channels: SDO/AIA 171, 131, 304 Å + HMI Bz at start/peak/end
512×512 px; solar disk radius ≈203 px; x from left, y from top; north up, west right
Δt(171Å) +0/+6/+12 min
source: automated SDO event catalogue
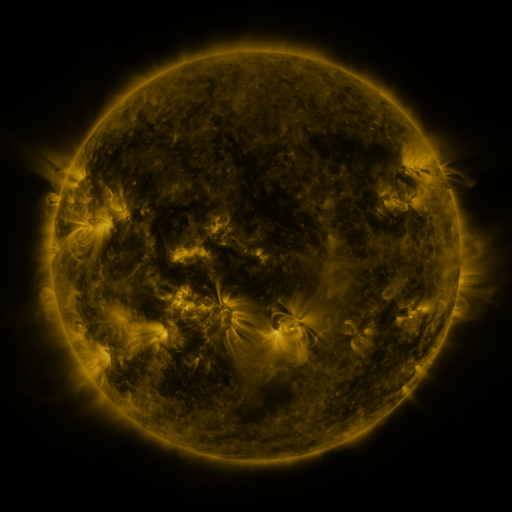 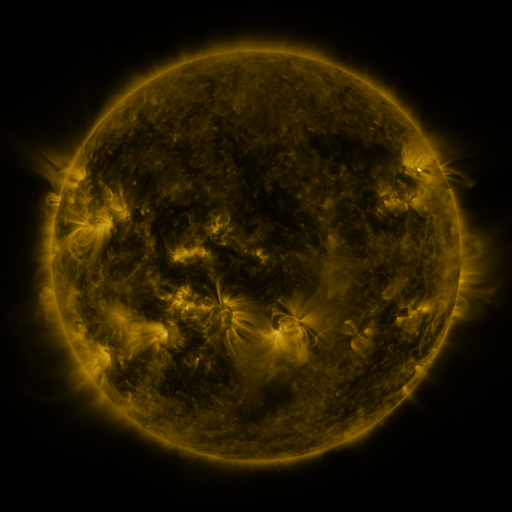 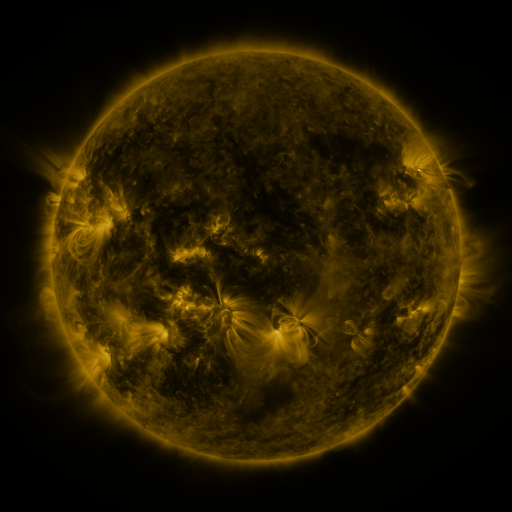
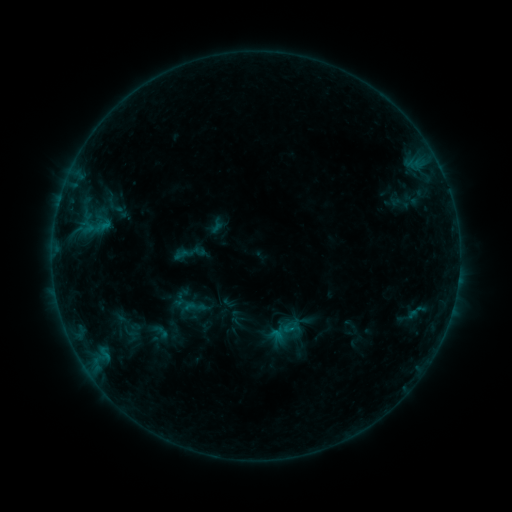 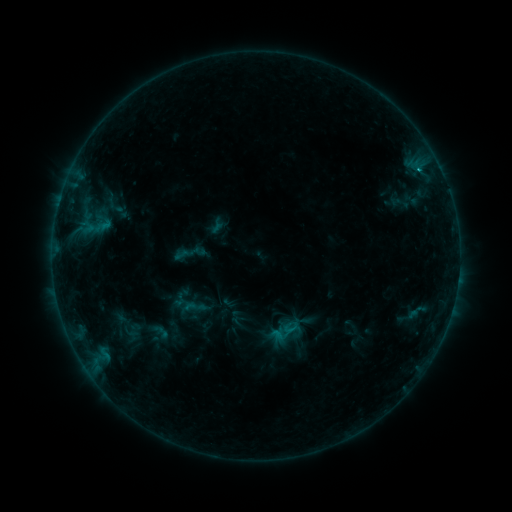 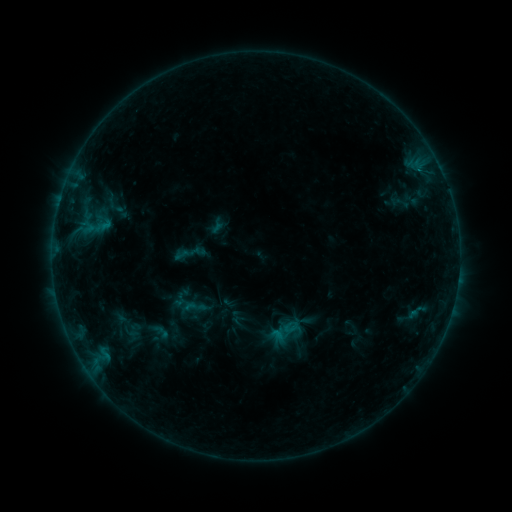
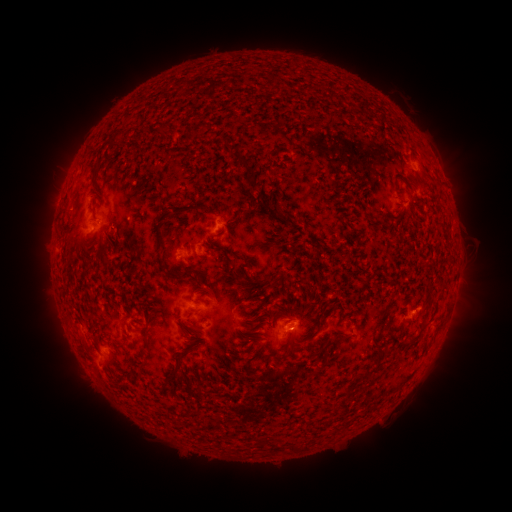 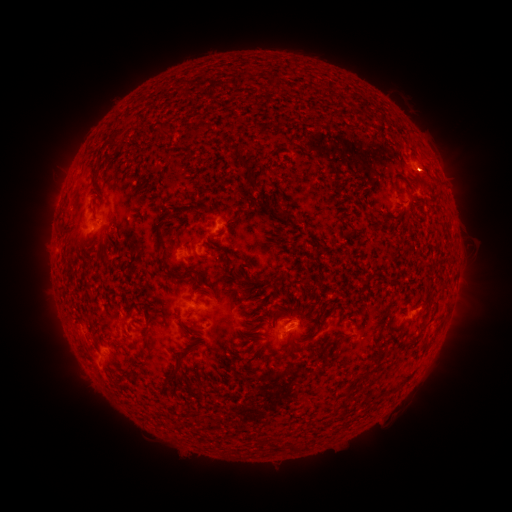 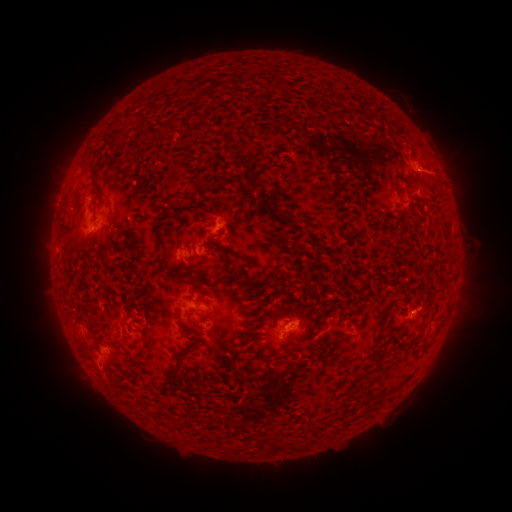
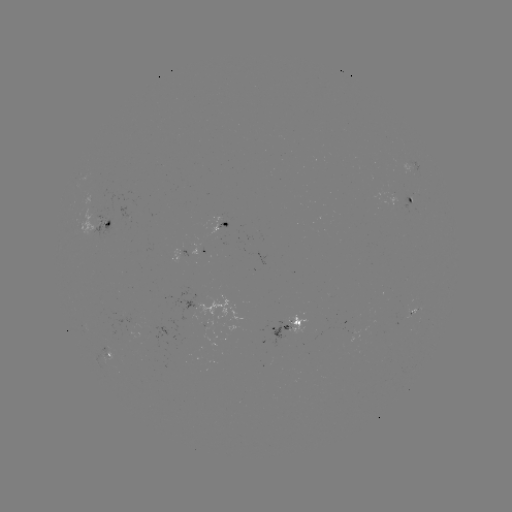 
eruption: (404, 145, 452, 194)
